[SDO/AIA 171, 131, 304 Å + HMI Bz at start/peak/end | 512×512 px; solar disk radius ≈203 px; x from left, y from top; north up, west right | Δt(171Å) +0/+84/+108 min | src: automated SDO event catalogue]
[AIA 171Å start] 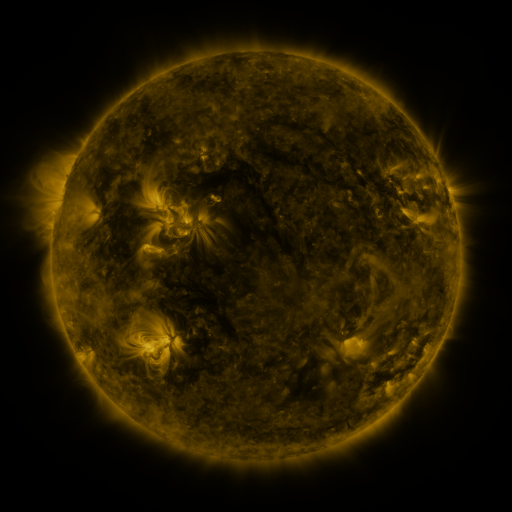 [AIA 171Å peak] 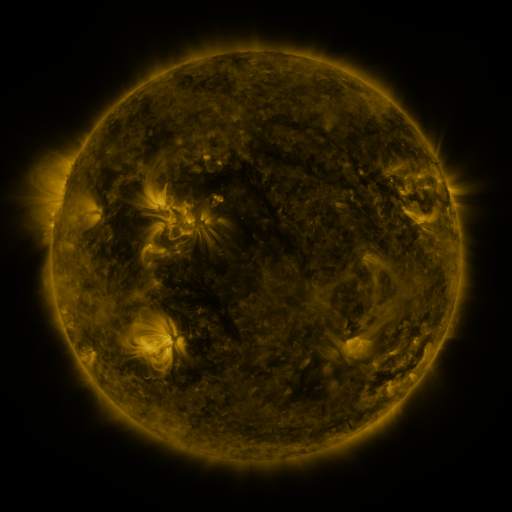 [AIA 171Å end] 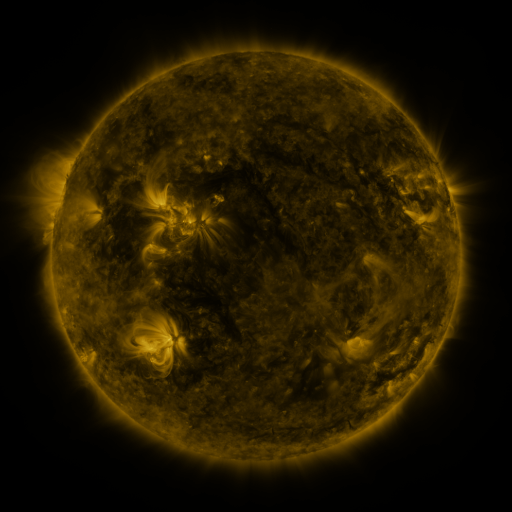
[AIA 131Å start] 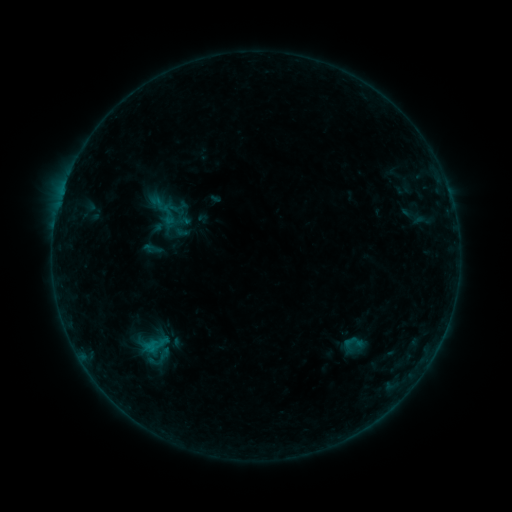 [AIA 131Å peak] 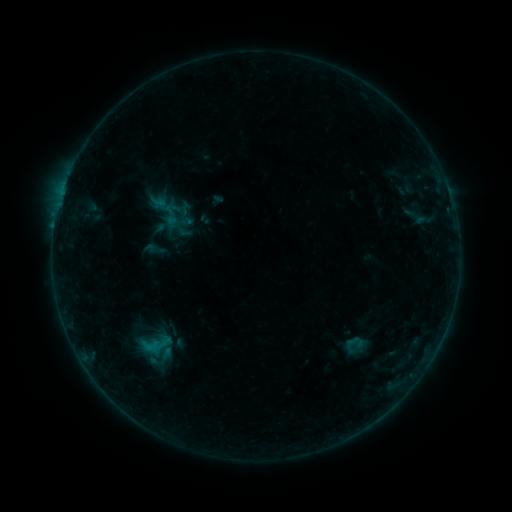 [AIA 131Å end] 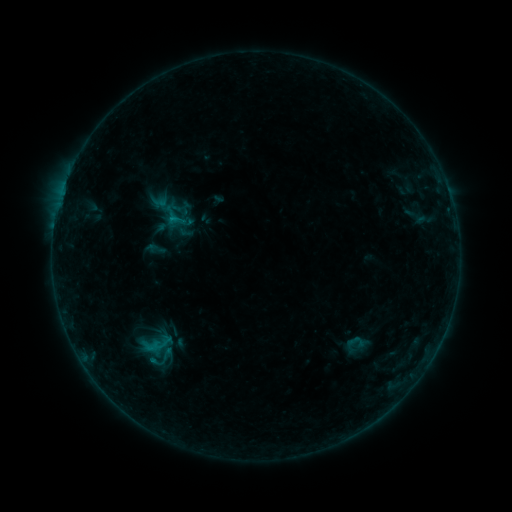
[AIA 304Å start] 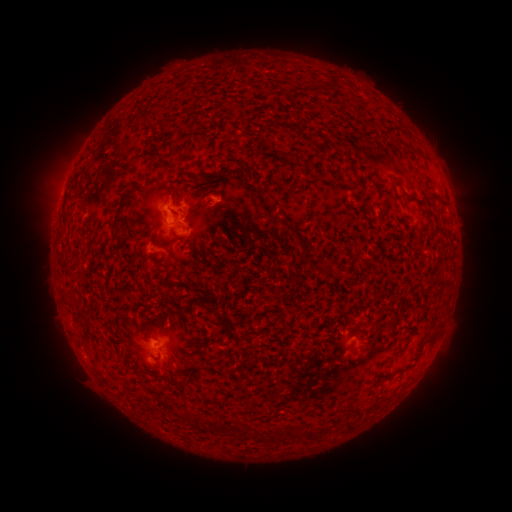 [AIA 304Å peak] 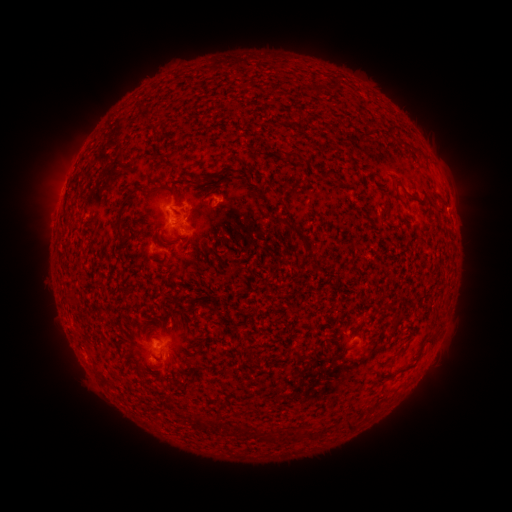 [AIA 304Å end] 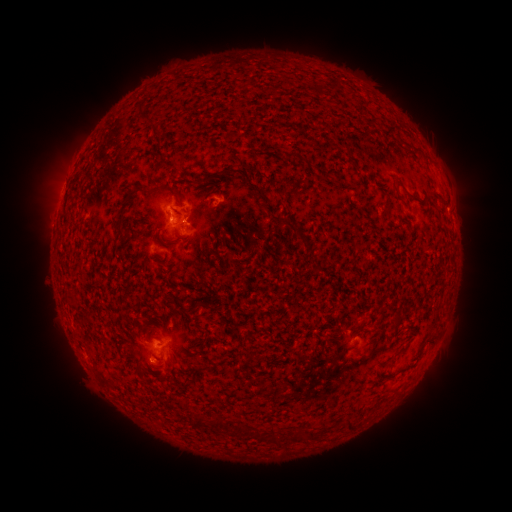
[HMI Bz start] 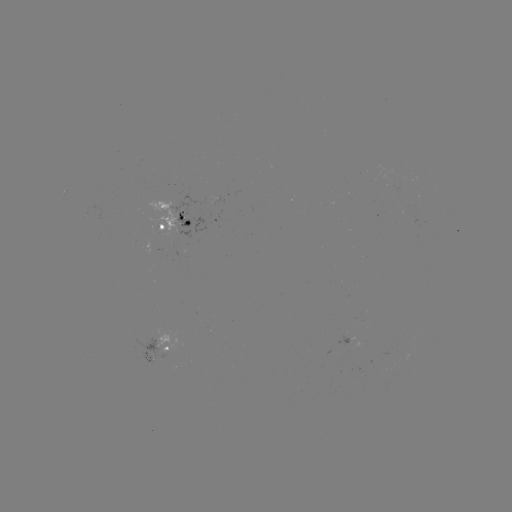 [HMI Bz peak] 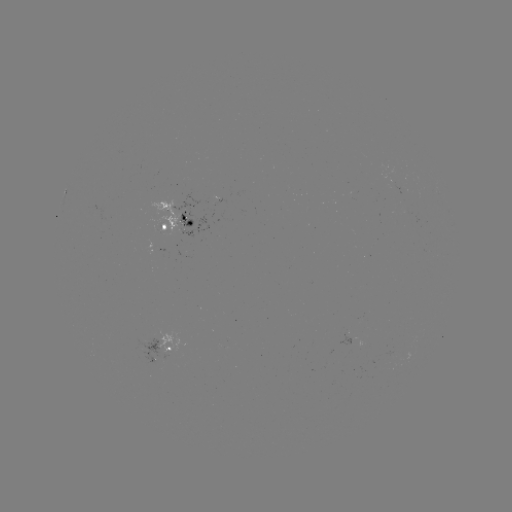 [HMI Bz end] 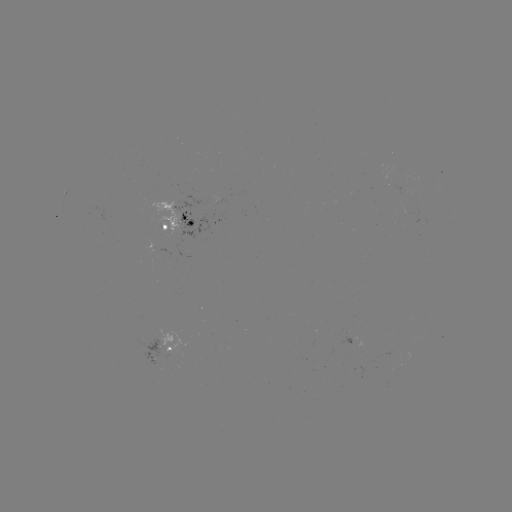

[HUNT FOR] emerging-flux region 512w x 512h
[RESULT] (160, 228)